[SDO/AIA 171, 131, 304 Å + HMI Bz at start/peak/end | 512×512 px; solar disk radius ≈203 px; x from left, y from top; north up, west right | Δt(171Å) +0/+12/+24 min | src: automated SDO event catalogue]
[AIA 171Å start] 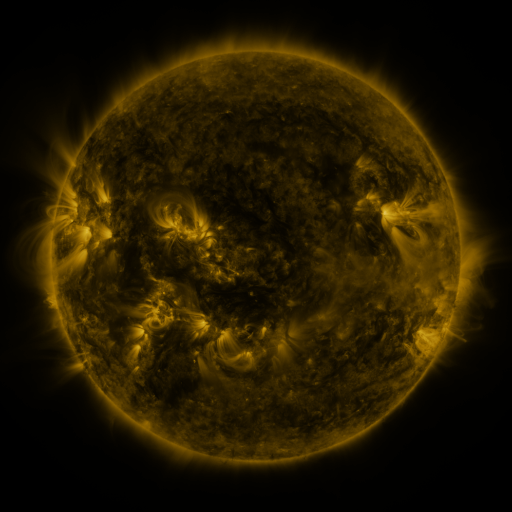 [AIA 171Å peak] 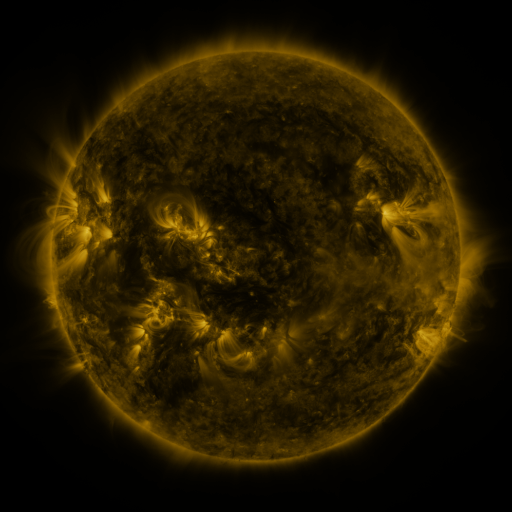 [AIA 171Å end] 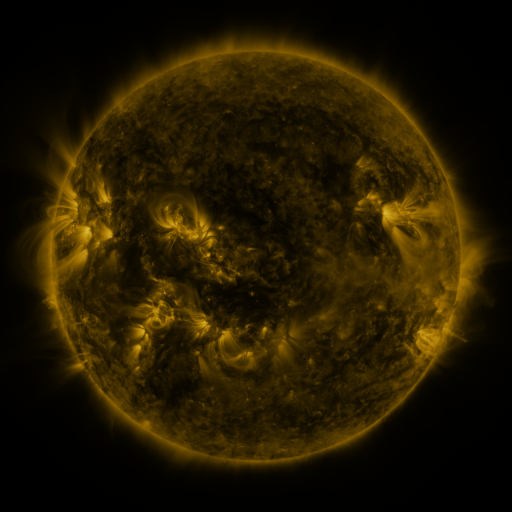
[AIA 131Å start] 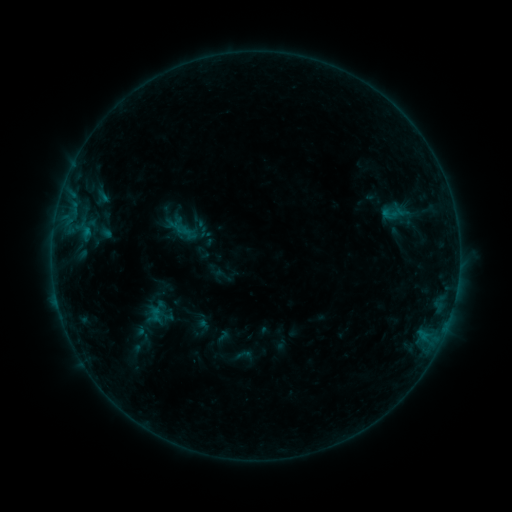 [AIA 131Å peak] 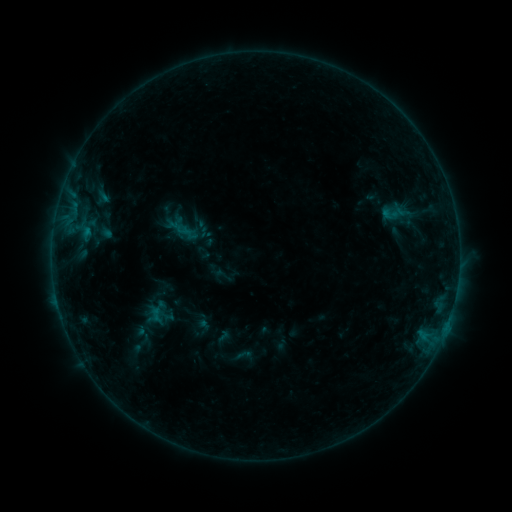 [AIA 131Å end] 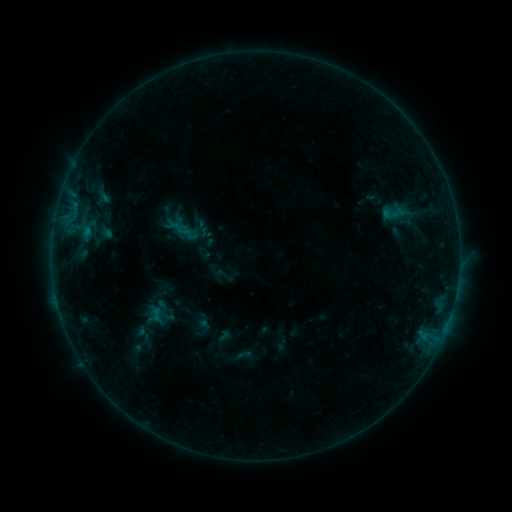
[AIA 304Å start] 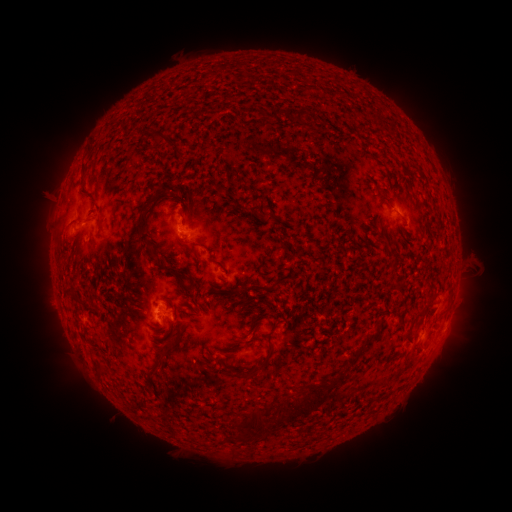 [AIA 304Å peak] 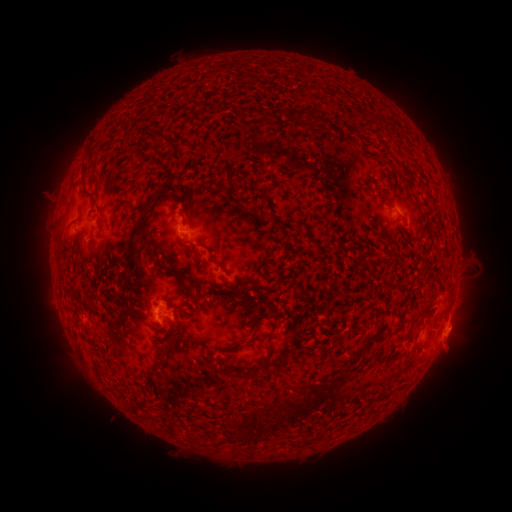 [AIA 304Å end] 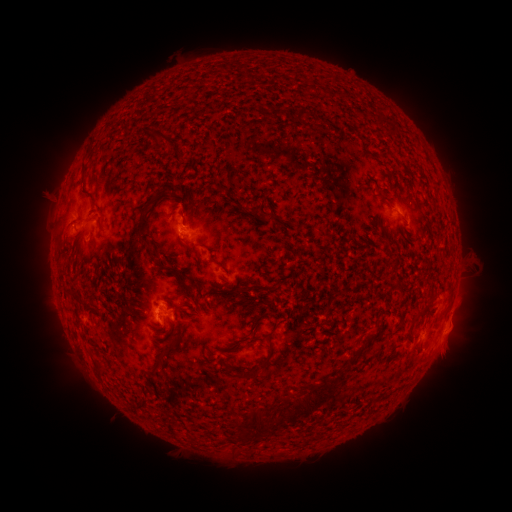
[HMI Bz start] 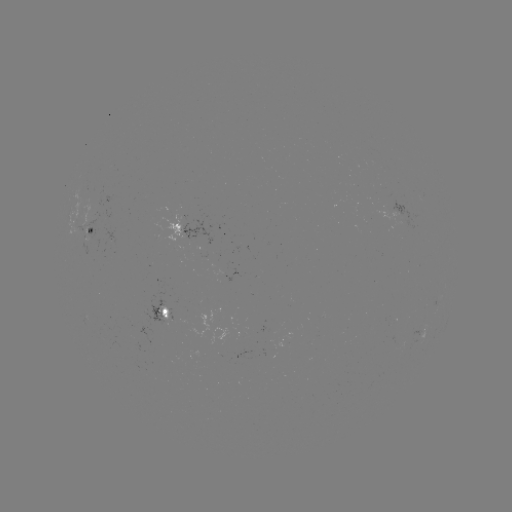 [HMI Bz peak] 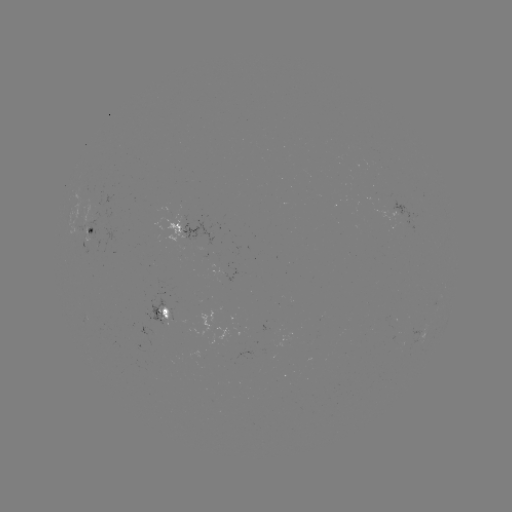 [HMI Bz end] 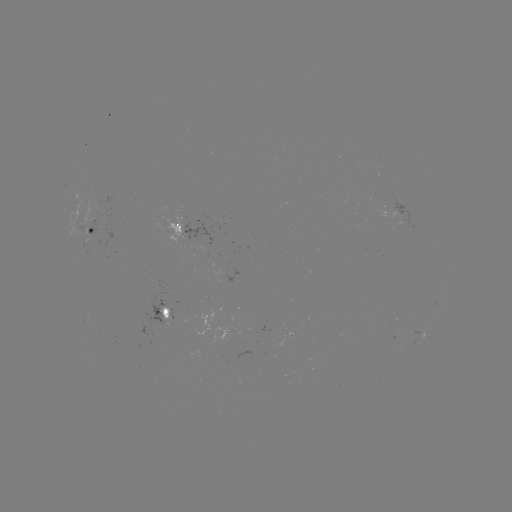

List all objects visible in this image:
eruption: (453, 347)
